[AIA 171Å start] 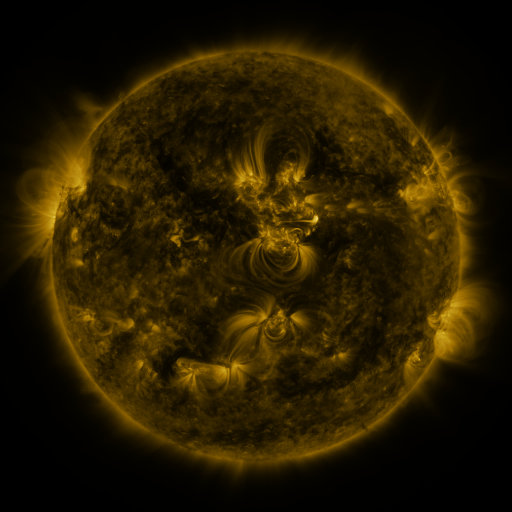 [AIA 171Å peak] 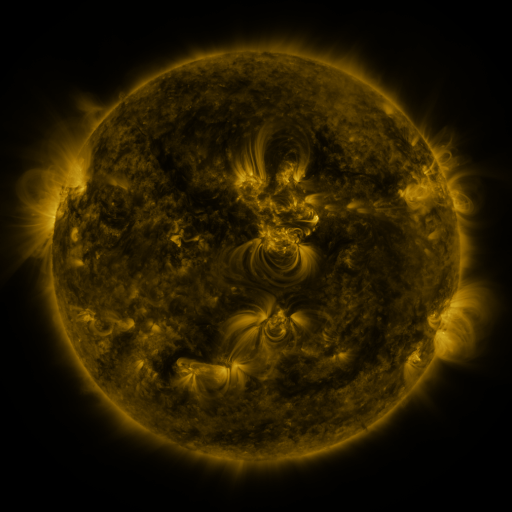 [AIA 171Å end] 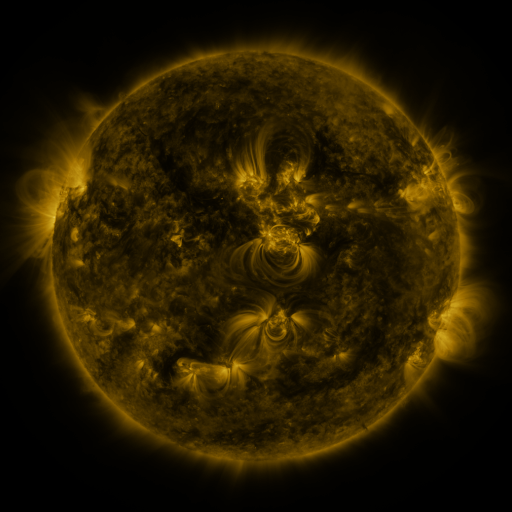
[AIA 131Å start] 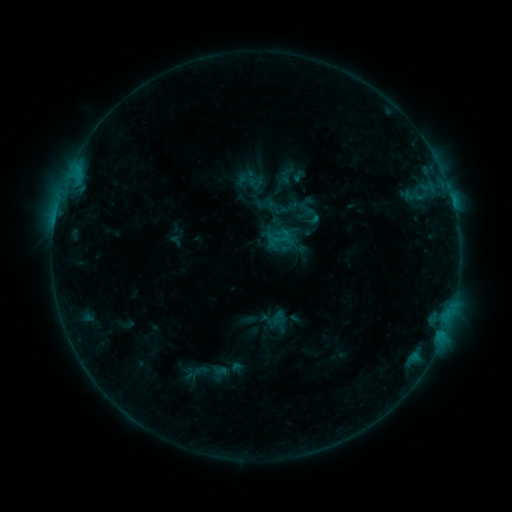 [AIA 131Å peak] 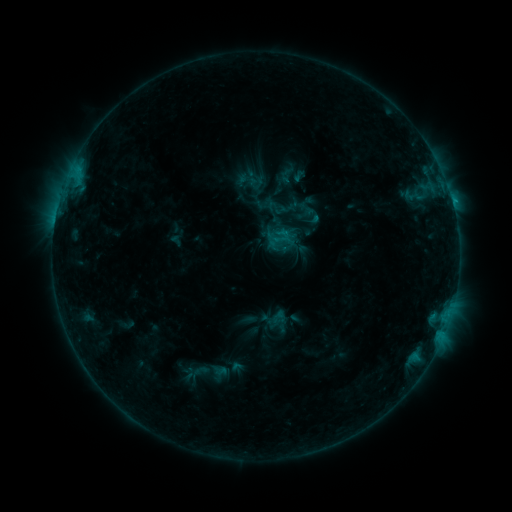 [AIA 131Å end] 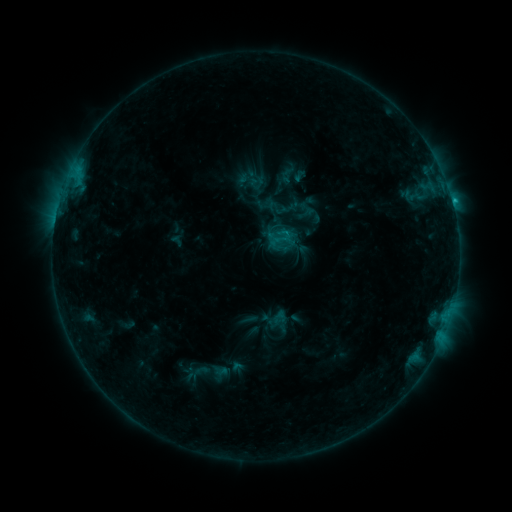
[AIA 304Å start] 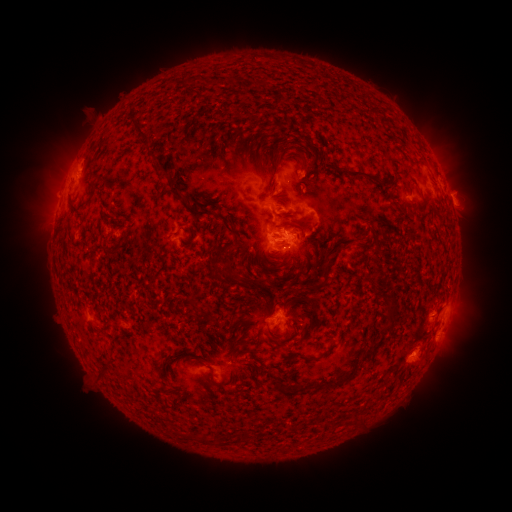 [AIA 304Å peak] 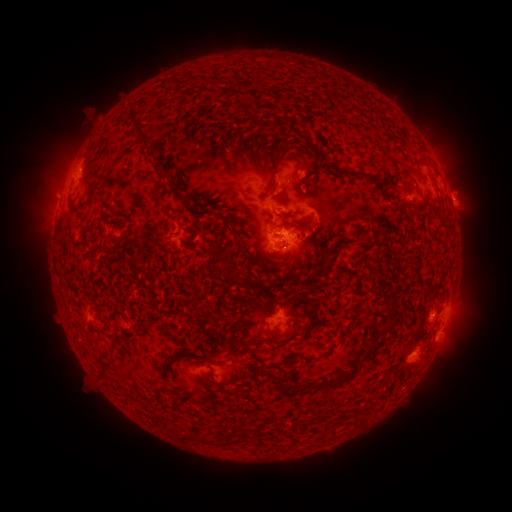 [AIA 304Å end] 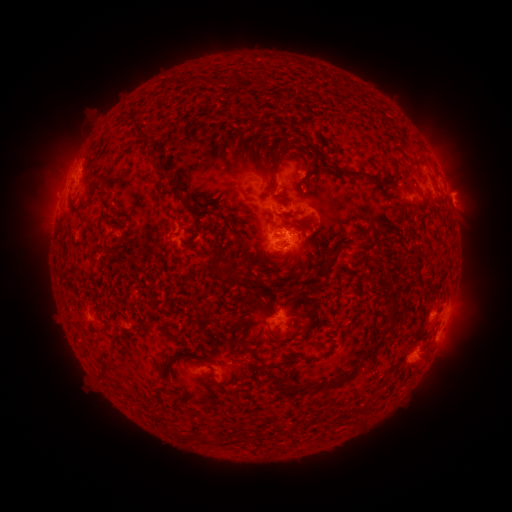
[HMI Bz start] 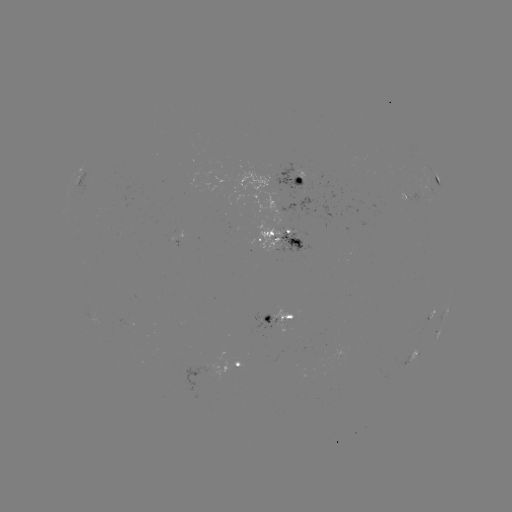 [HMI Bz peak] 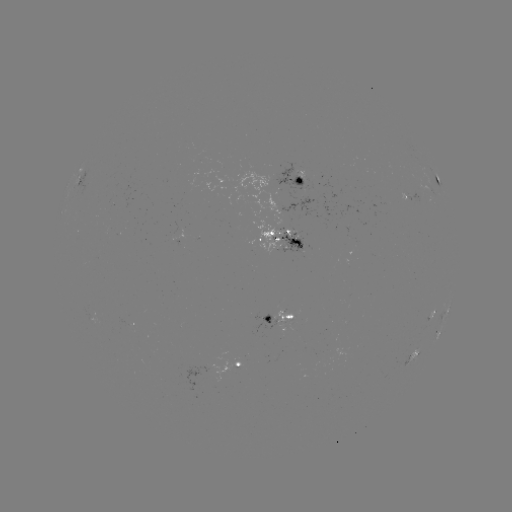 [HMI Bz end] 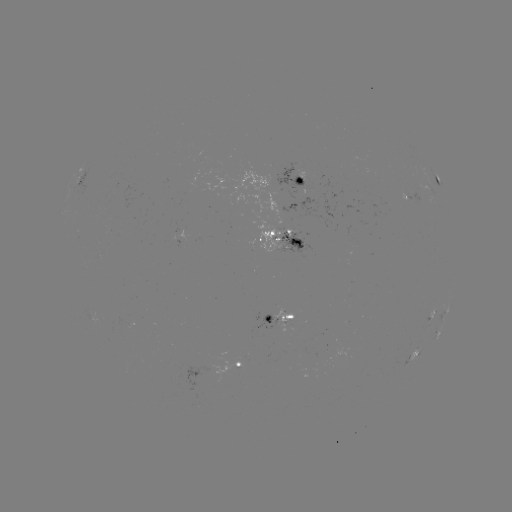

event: flare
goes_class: C1.9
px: (55, 221)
